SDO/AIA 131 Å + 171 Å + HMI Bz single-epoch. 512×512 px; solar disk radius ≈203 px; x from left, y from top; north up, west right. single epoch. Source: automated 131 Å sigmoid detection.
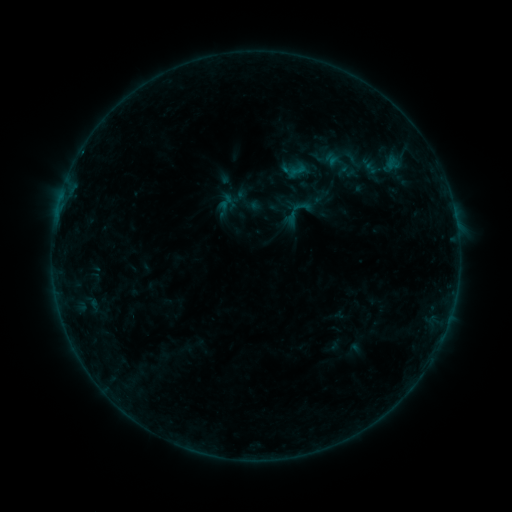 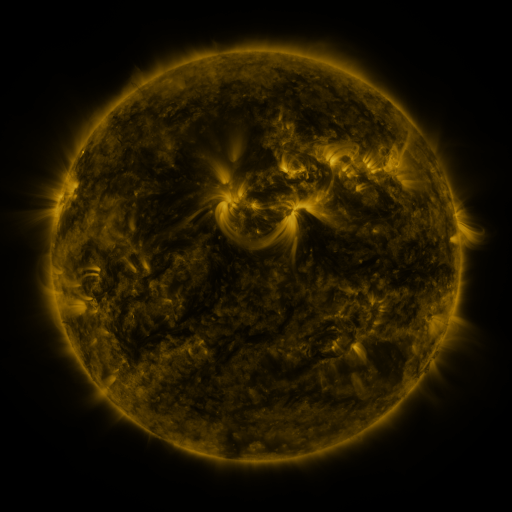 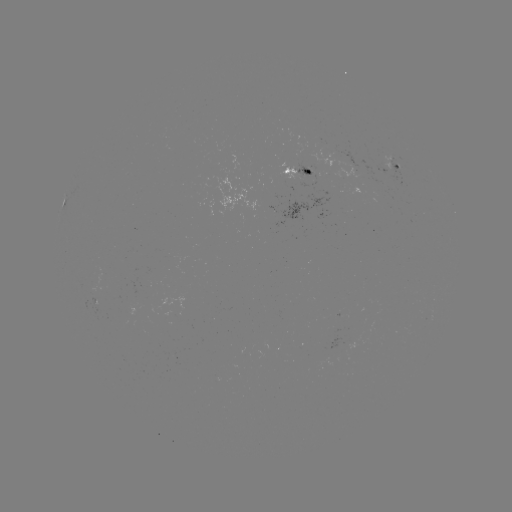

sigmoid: <bbox>279, 194, 316, 231</bbox>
